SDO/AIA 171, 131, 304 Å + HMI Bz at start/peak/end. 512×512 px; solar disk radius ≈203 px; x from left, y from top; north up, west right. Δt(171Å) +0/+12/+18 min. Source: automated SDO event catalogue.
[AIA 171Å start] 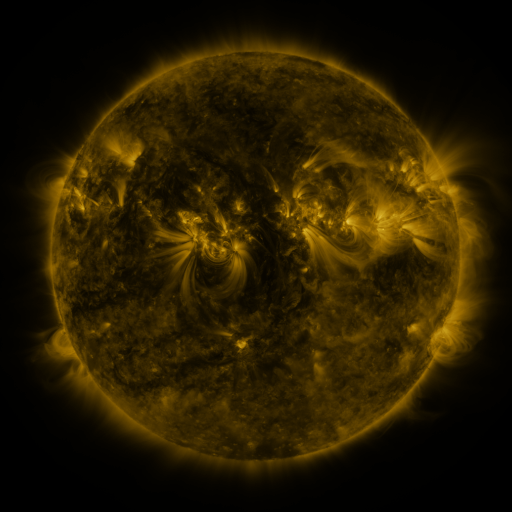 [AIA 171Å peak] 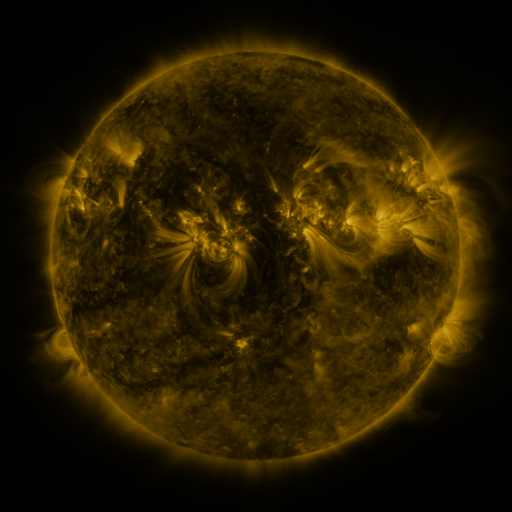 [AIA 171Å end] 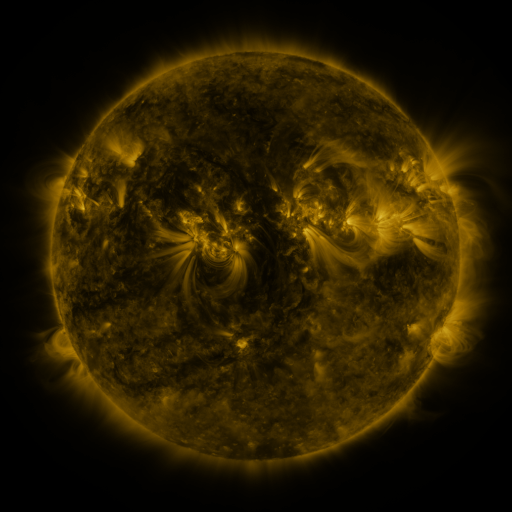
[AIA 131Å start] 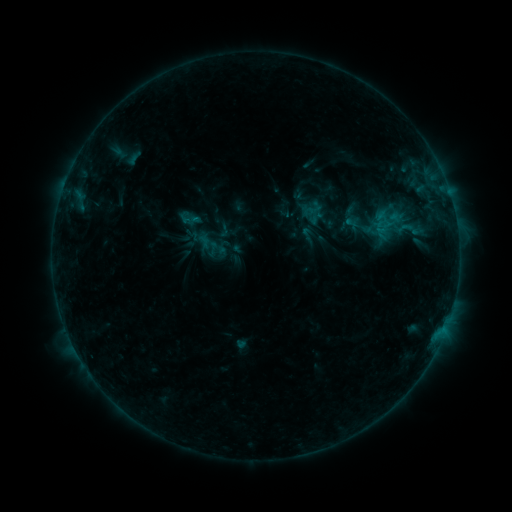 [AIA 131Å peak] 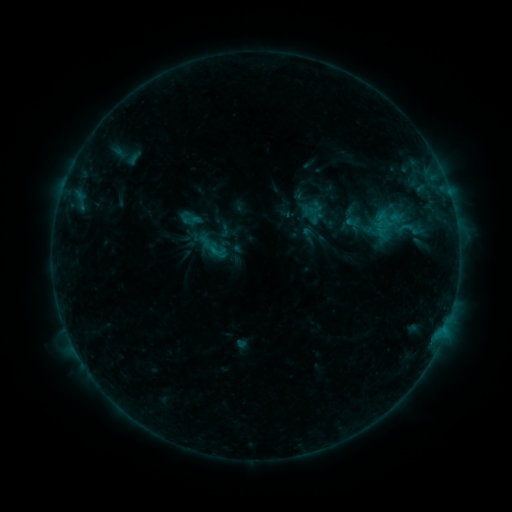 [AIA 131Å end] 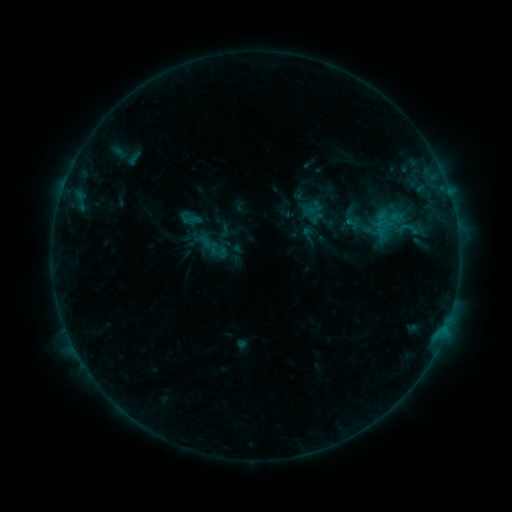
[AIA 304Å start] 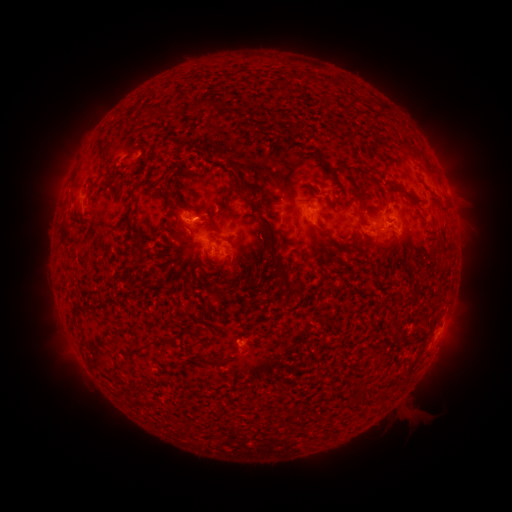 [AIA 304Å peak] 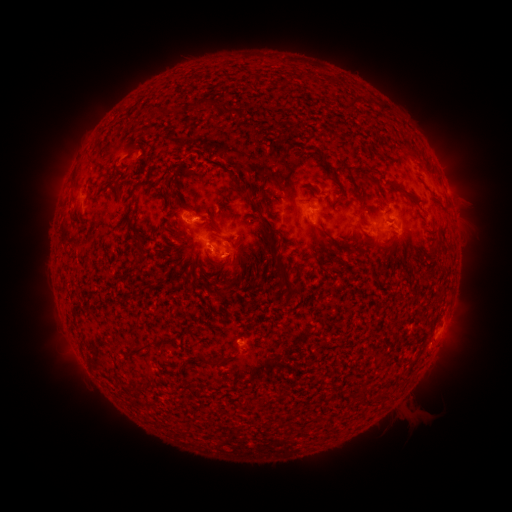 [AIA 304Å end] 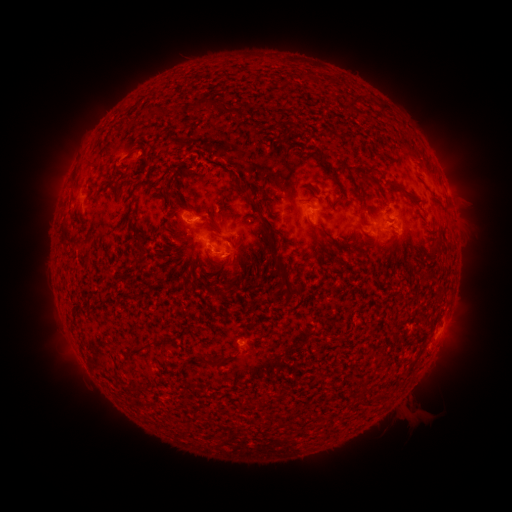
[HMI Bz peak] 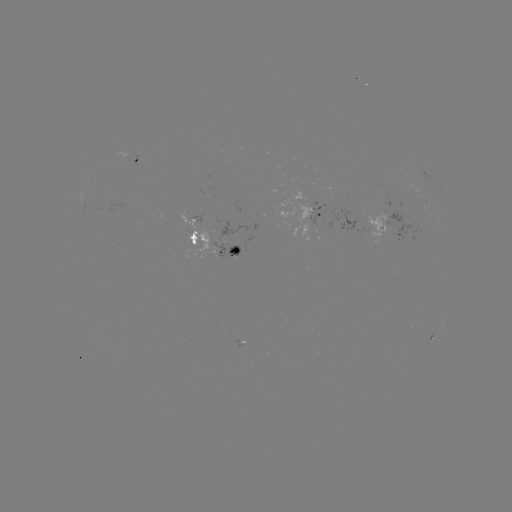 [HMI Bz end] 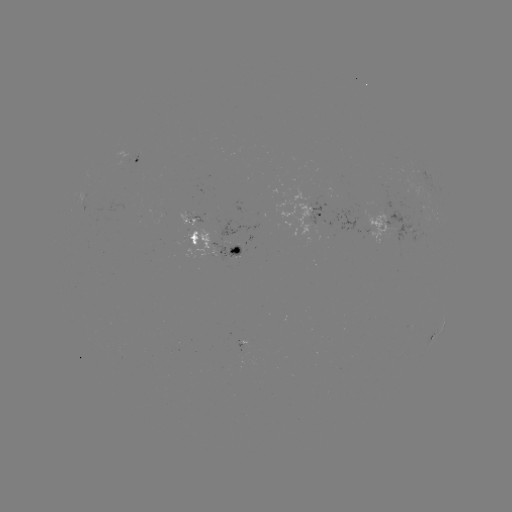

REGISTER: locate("B5.7 flare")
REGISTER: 213,251